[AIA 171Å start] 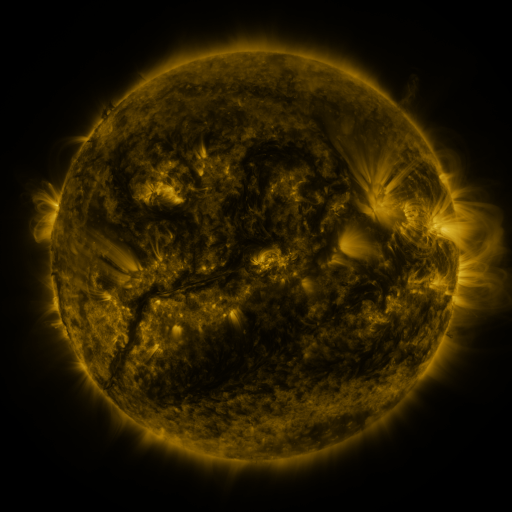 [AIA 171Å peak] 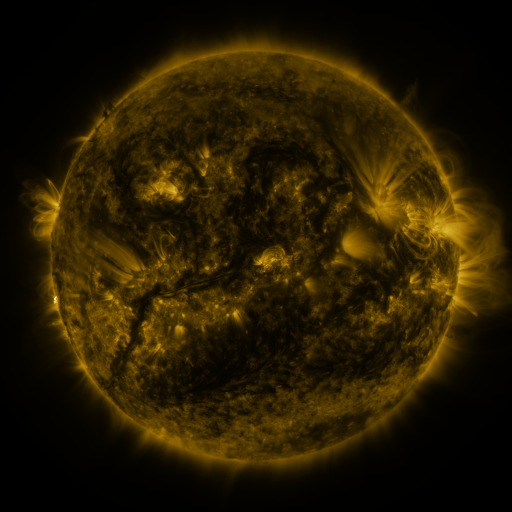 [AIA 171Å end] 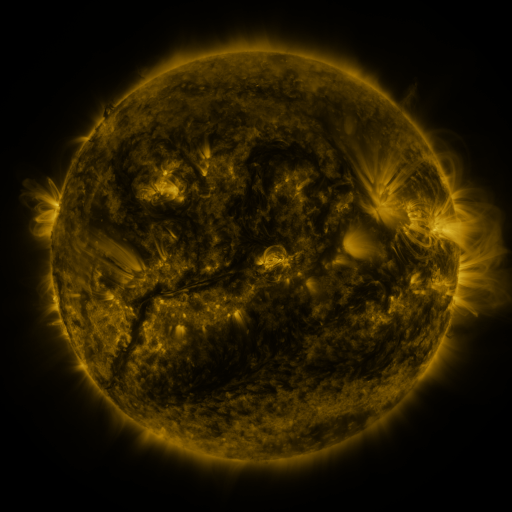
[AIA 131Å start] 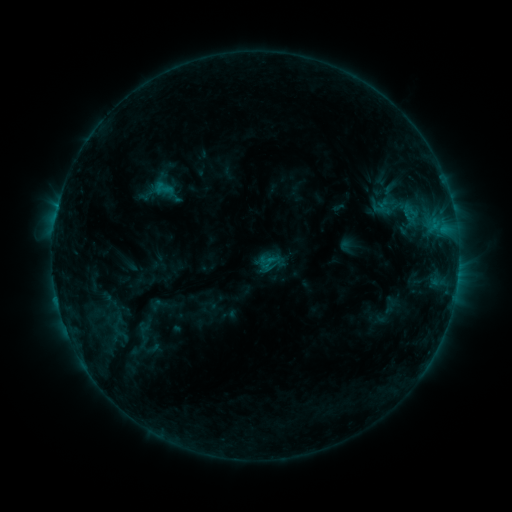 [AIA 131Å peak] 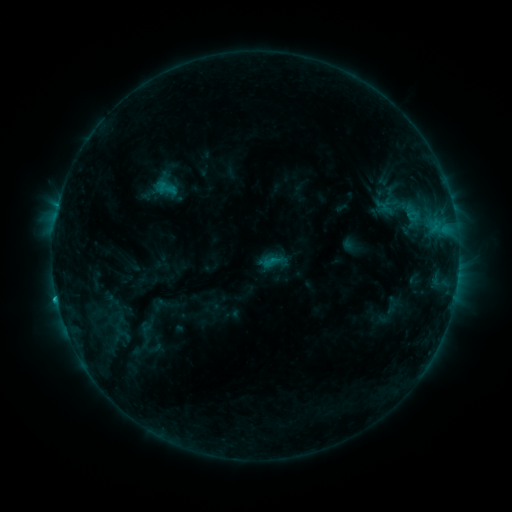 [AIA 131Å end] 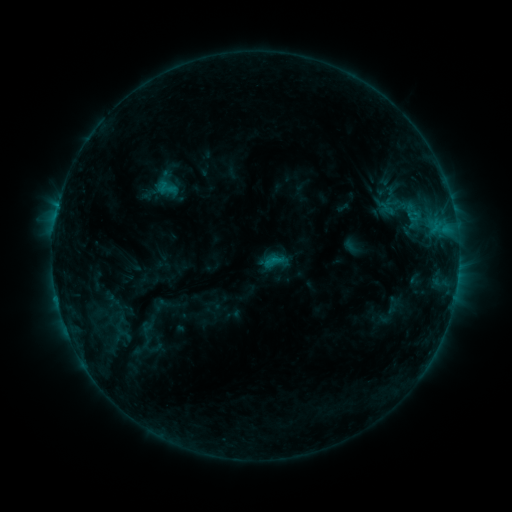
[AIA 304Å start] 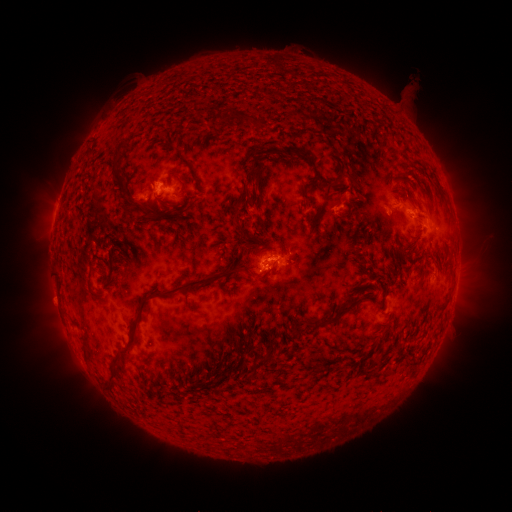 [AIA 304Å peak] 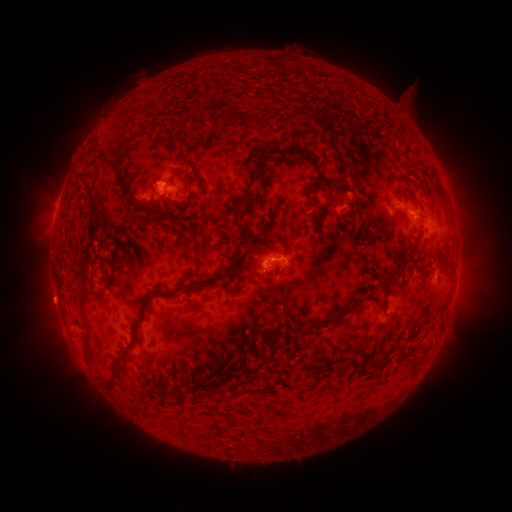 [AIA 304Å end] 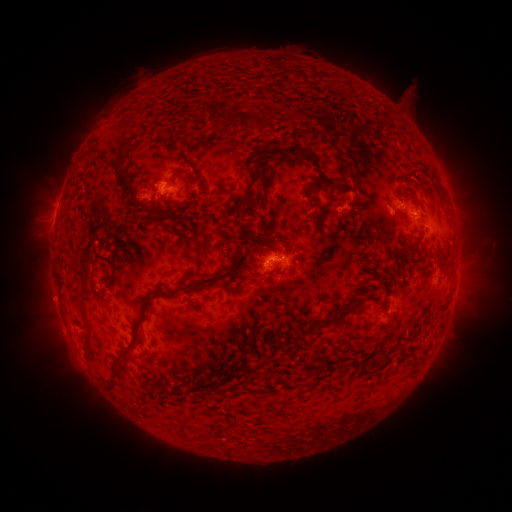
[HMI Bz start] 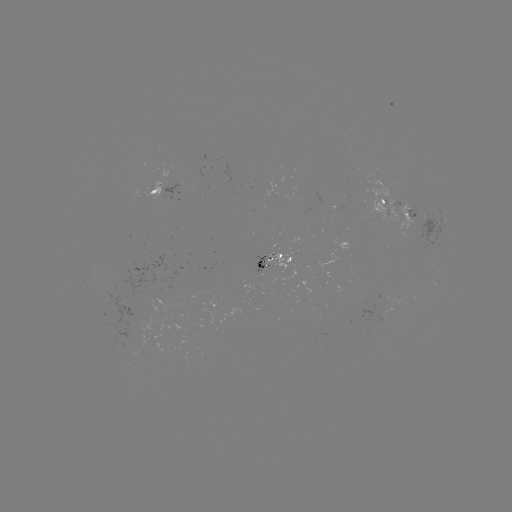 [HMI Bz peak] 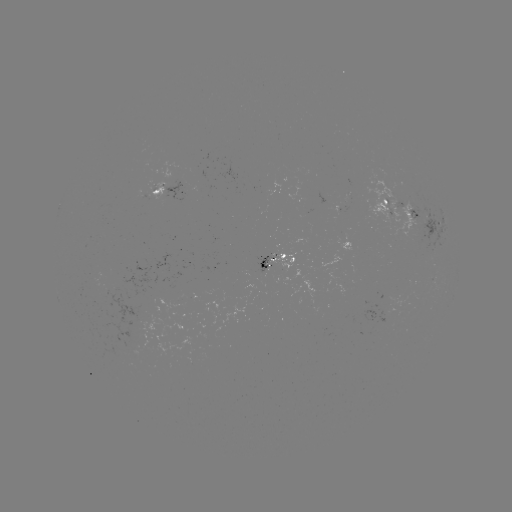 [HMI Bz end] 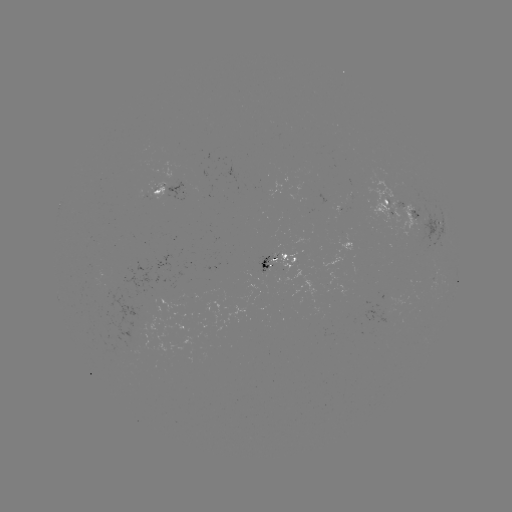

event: emerging-flux region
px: (187, 298)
